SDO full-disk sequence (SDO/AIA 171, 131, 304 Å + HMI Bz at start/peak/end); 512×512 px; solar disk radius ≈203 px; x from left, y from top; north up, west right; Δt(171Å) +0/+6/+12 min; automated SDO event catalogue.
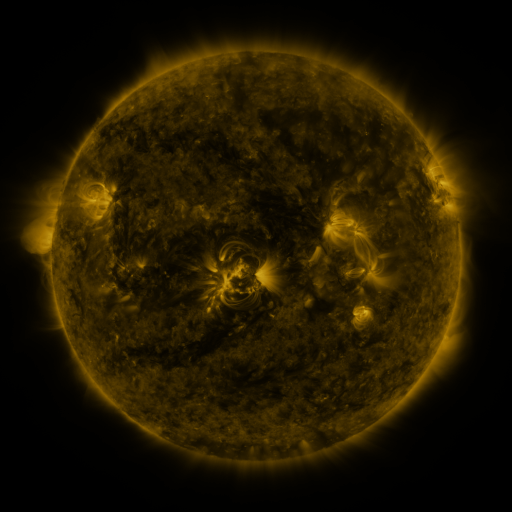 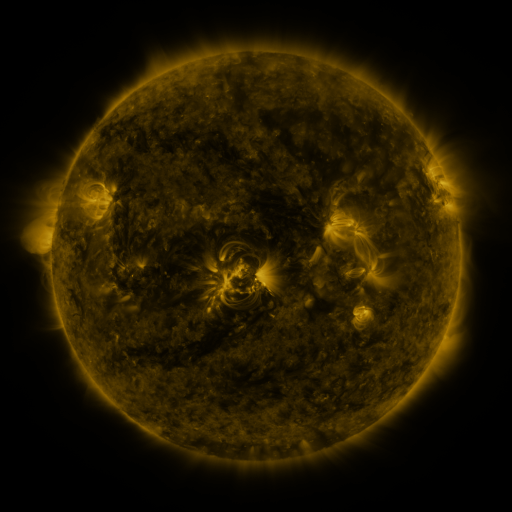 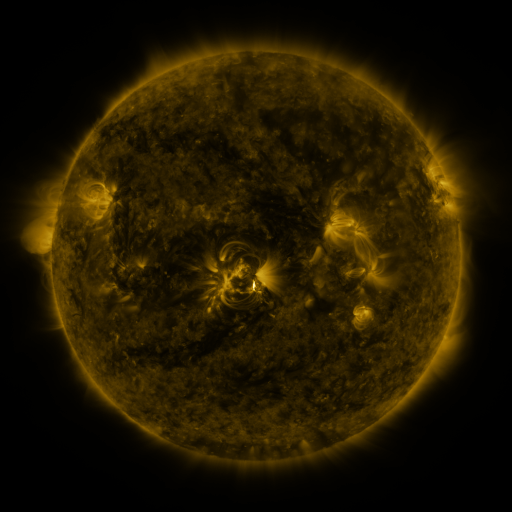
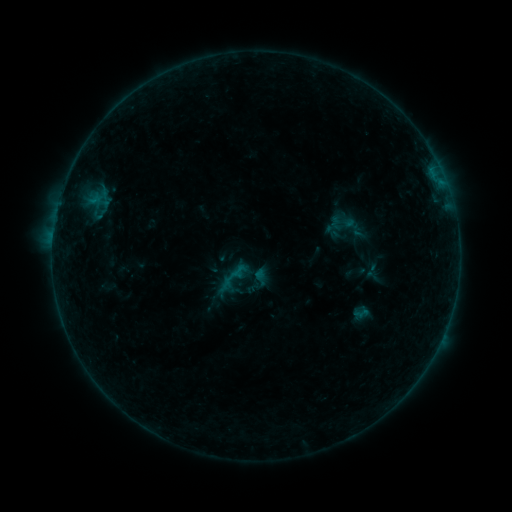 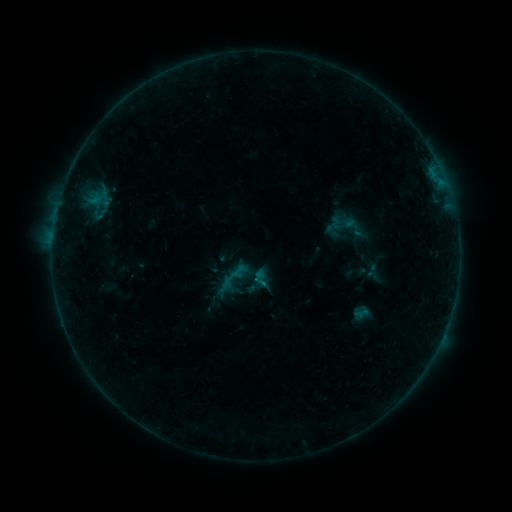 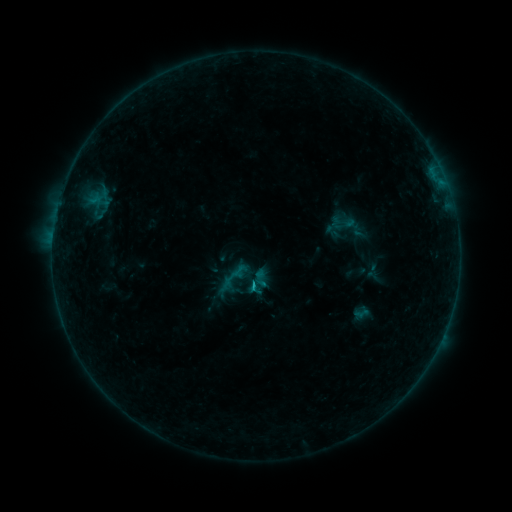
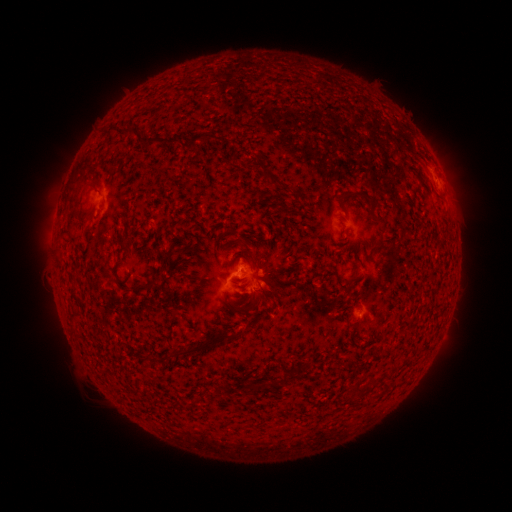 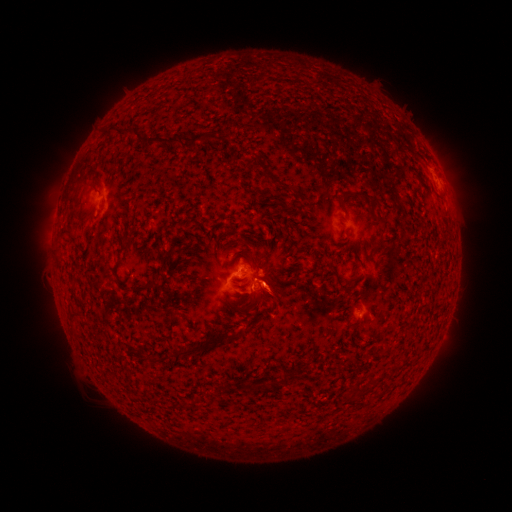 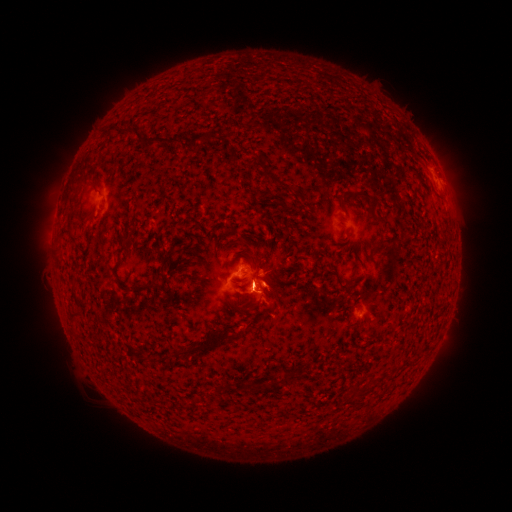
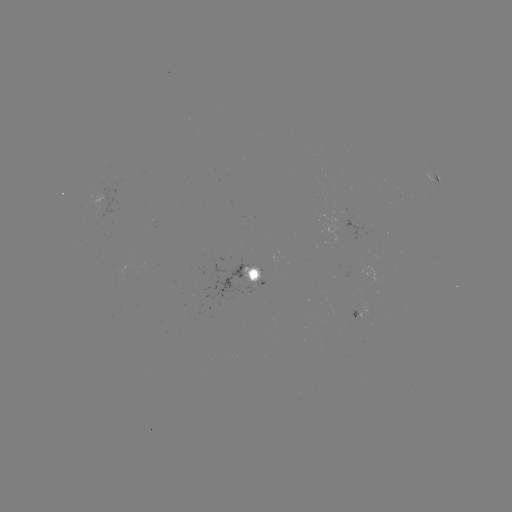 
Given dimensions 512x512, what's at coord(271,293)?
eruption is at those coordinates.